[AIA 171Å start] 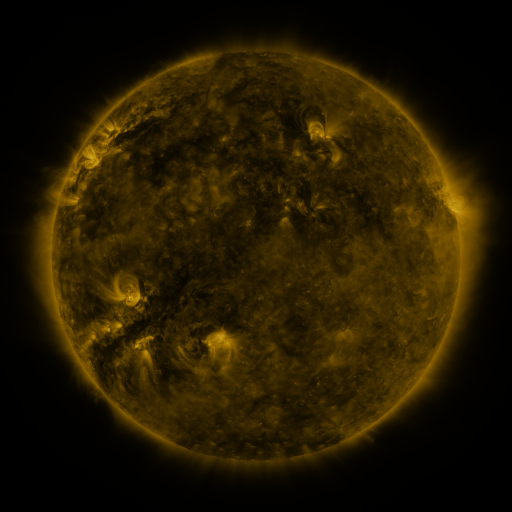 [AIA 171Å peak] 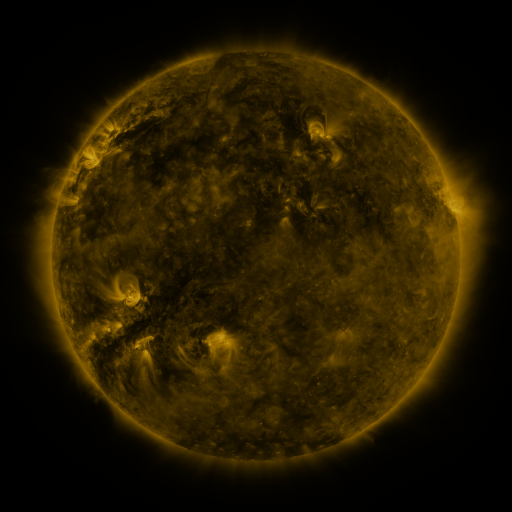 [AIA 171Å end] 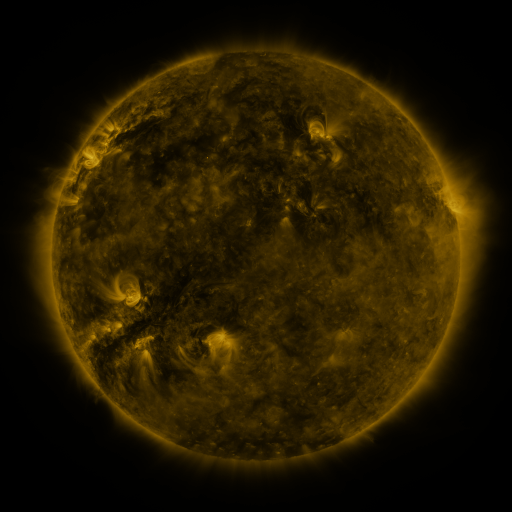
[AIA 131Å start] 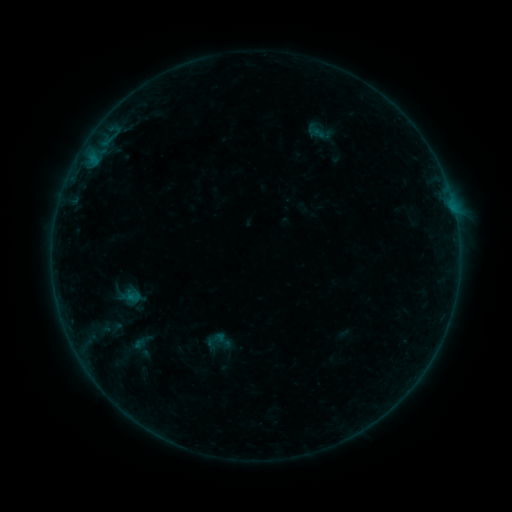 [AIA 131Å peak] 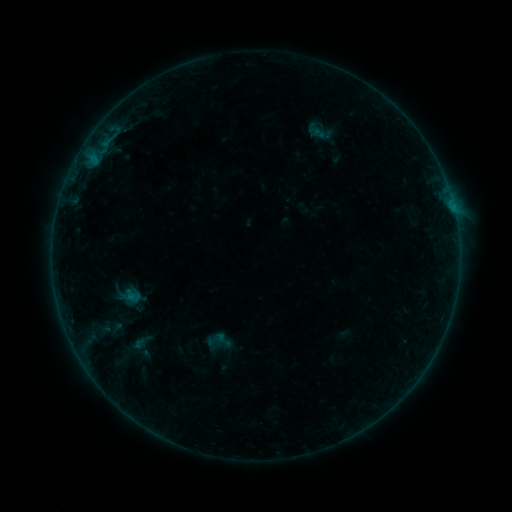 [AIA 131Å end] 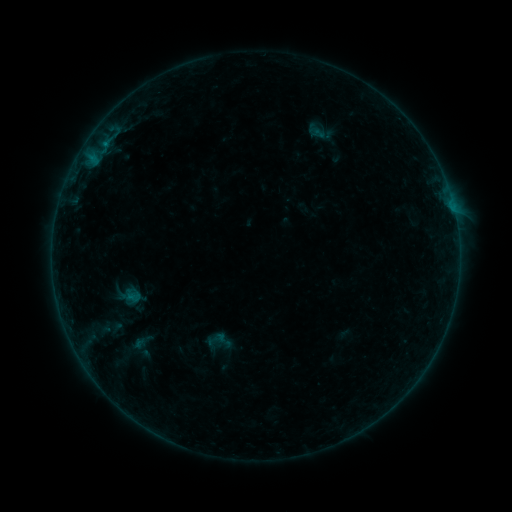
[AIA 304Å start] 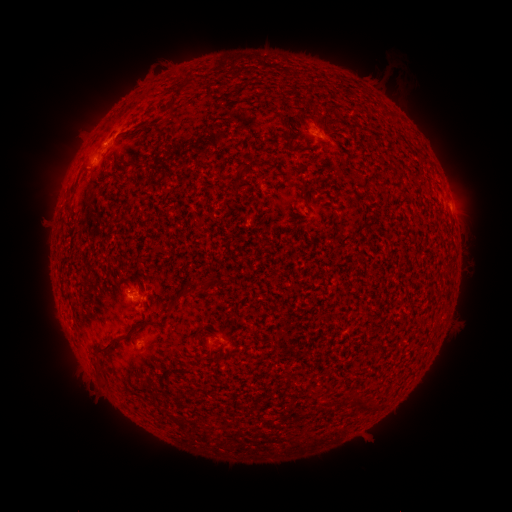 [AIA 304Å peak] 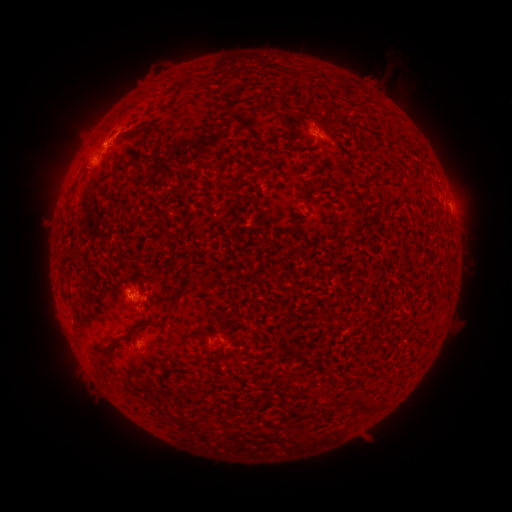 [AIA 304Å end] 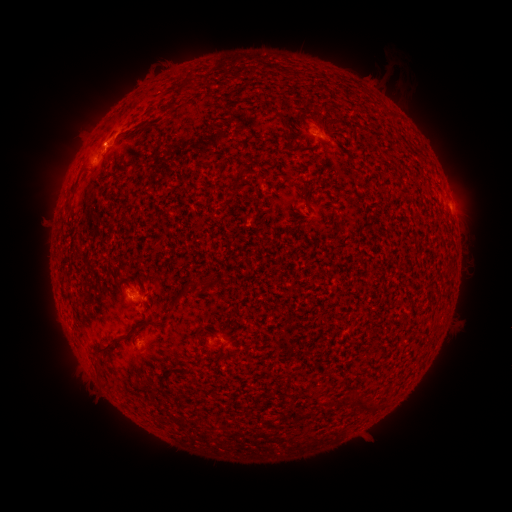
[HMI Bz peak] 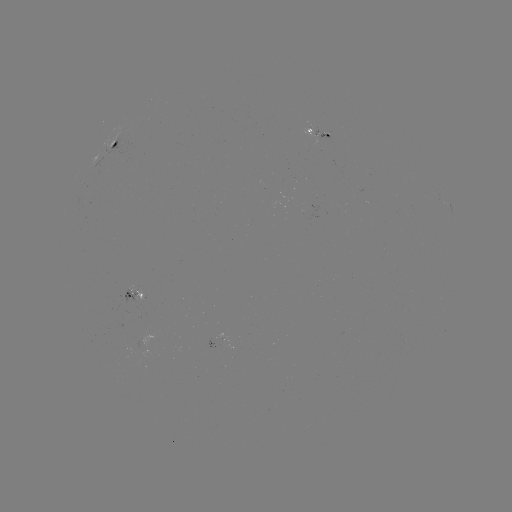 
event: flare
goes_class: B2.1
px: (106, 149)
